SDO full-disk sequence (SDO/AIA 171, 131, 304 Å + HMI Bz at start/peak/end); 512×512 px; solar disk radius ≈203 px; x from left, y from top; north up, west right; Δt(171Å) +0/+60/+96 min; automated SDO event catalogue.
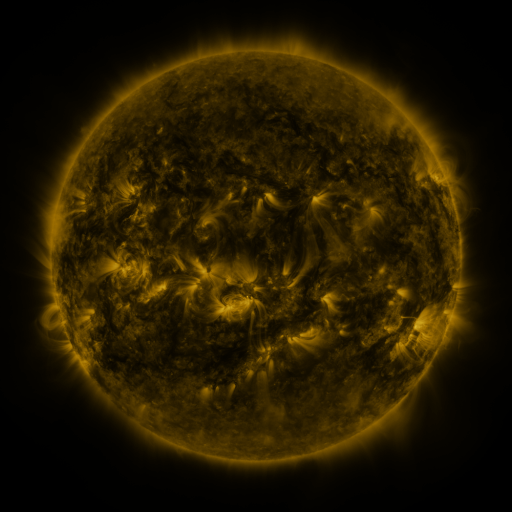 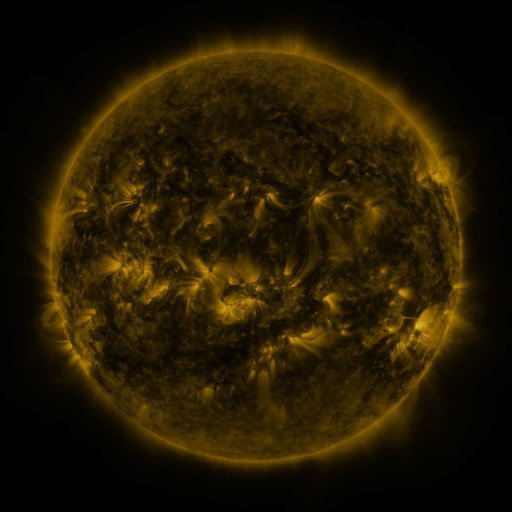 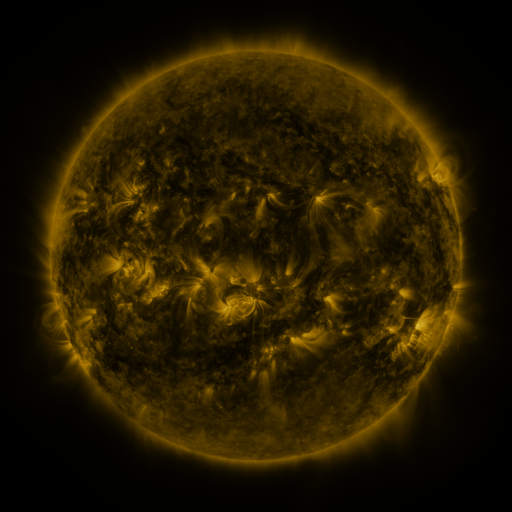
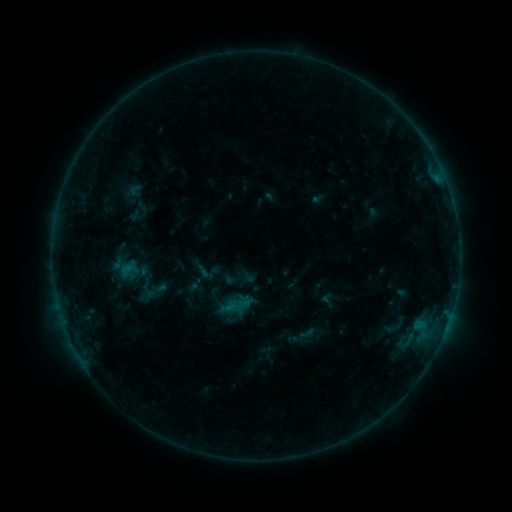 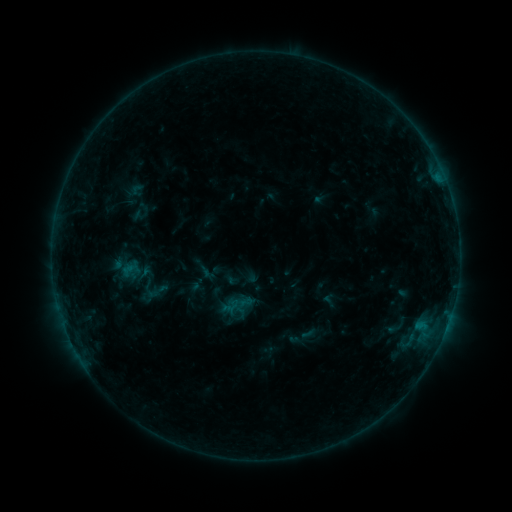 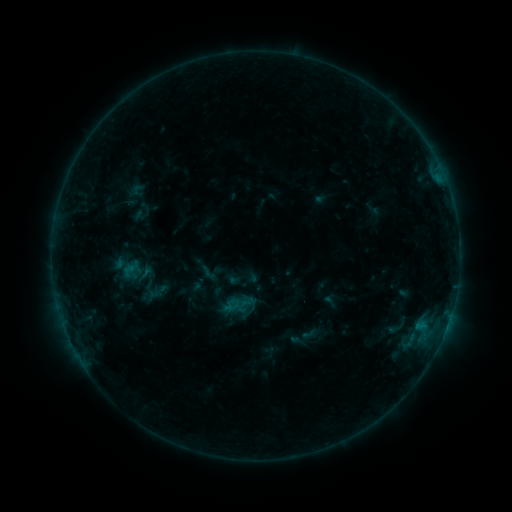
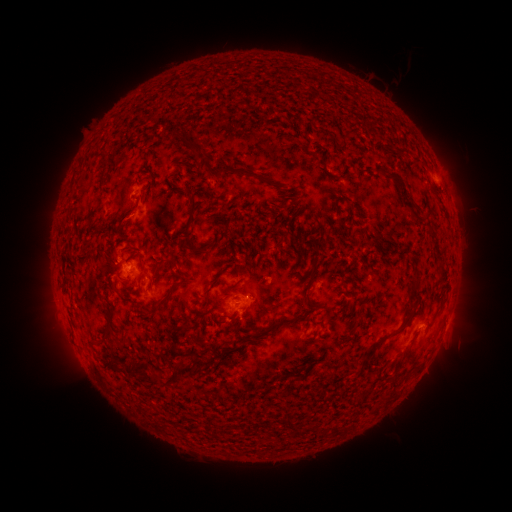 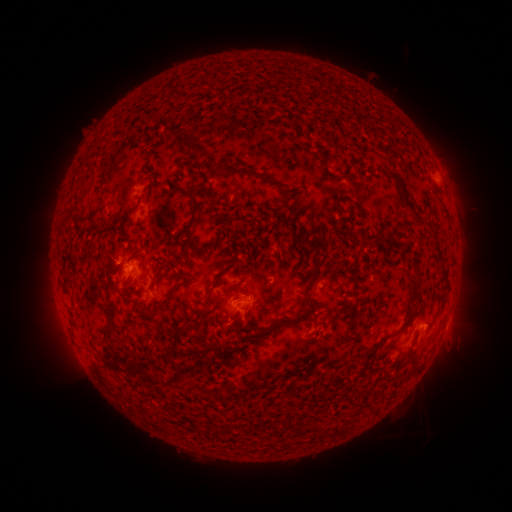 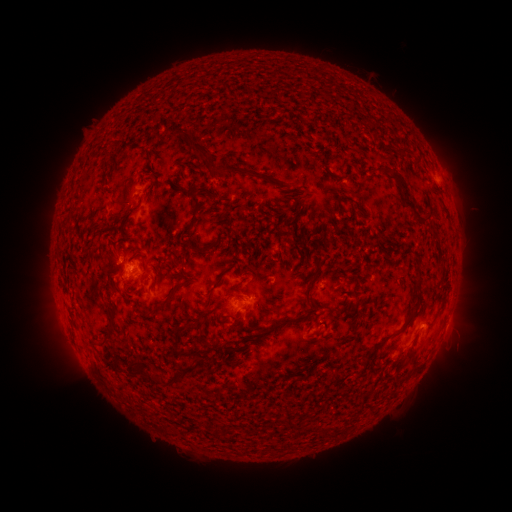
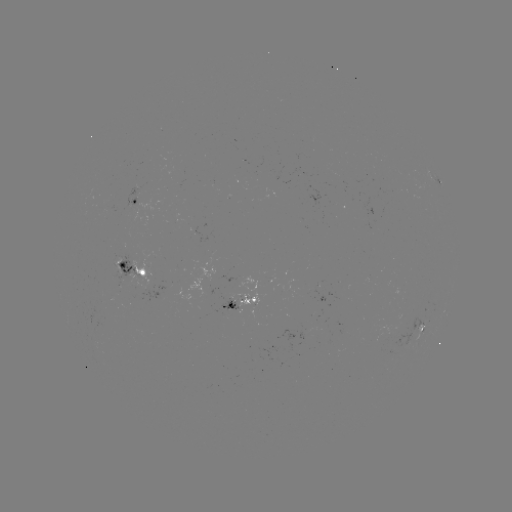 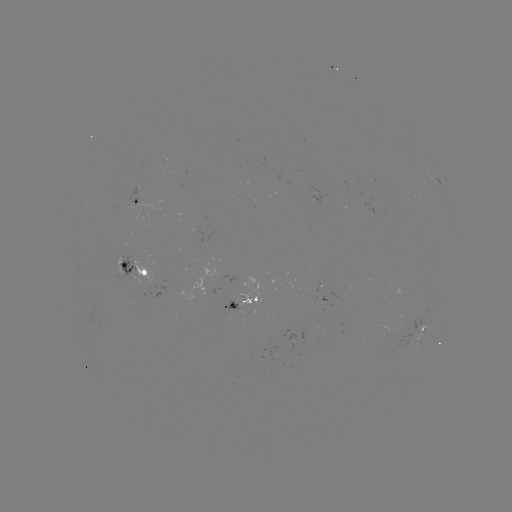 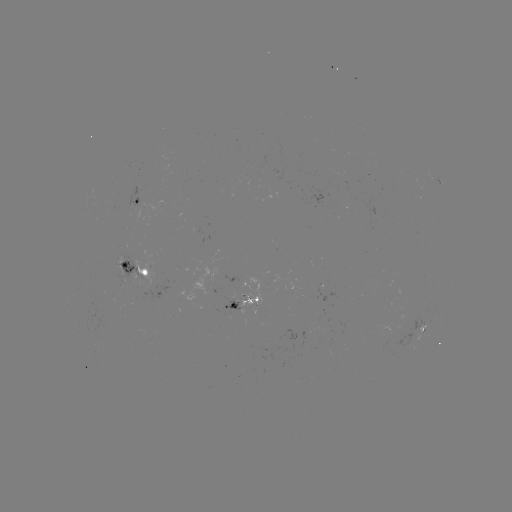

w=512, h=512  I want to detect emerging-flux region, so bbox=[125, 187, 139, 216].